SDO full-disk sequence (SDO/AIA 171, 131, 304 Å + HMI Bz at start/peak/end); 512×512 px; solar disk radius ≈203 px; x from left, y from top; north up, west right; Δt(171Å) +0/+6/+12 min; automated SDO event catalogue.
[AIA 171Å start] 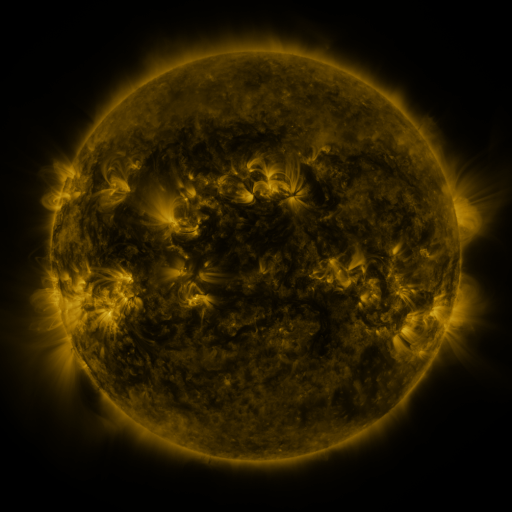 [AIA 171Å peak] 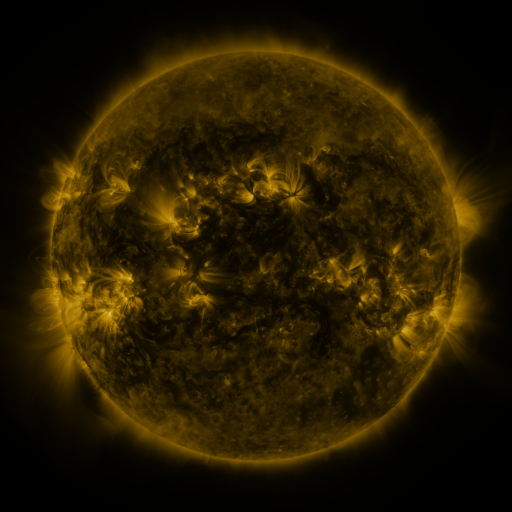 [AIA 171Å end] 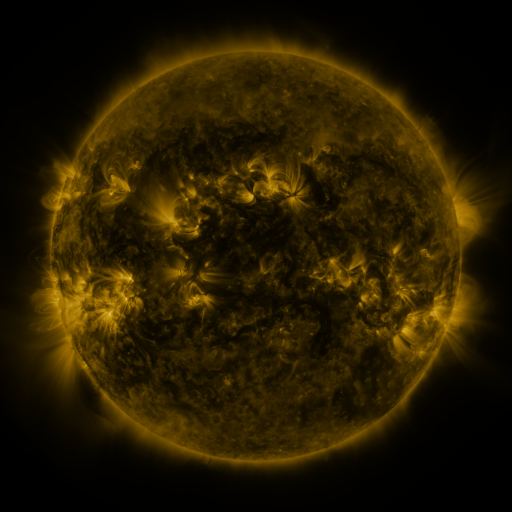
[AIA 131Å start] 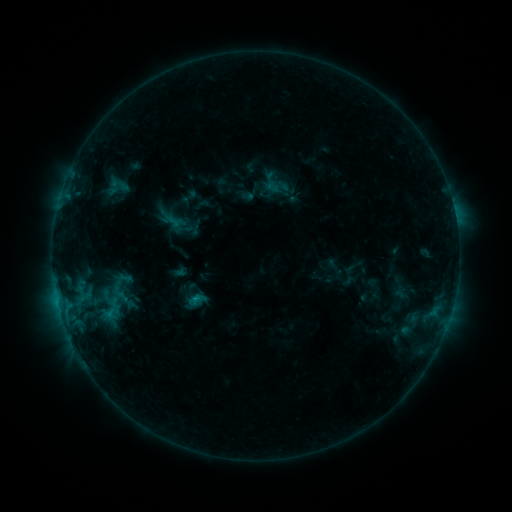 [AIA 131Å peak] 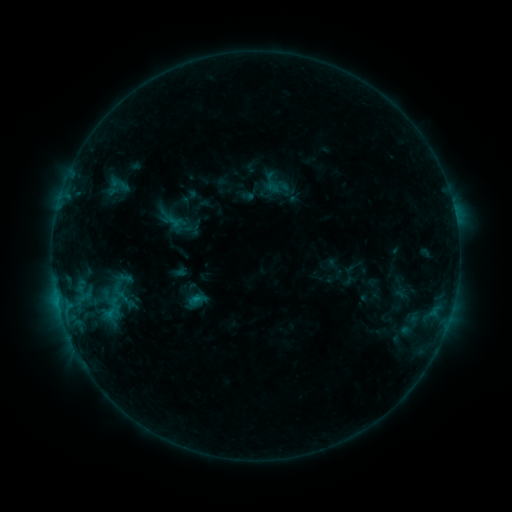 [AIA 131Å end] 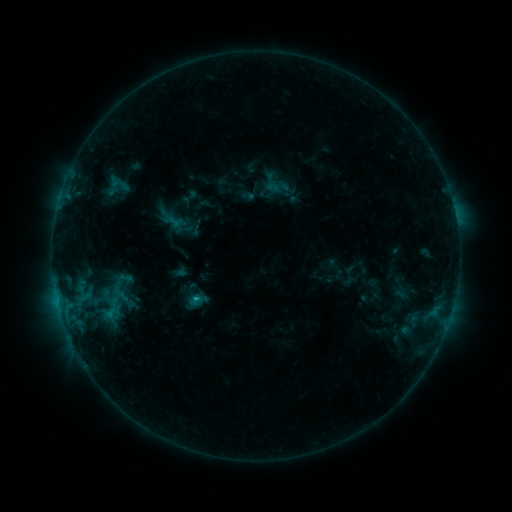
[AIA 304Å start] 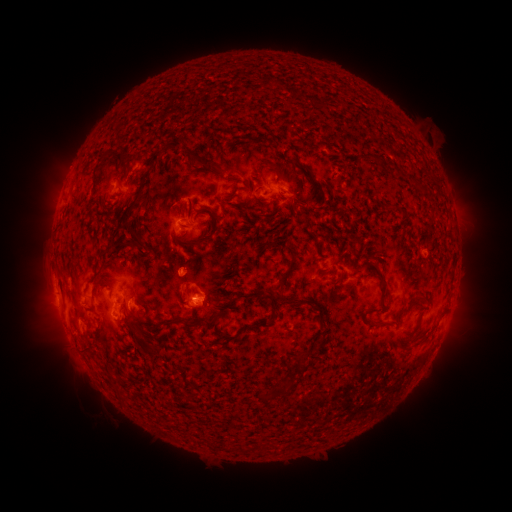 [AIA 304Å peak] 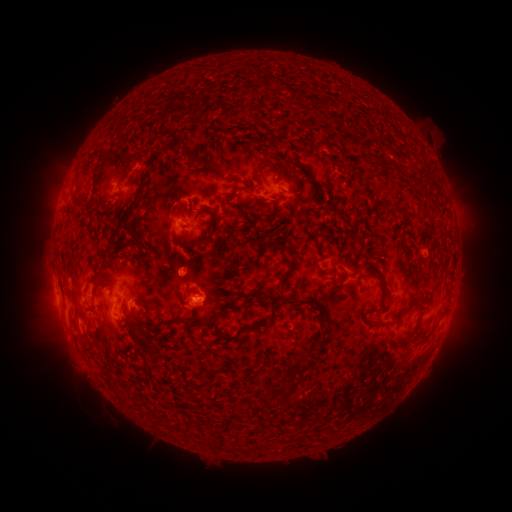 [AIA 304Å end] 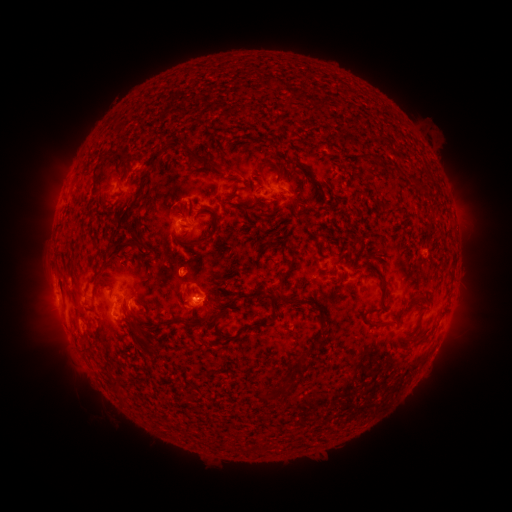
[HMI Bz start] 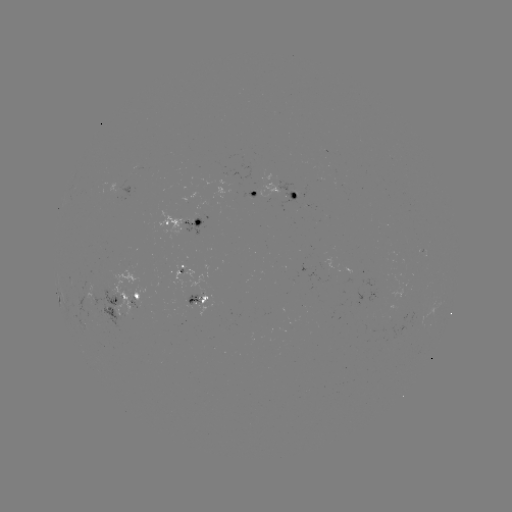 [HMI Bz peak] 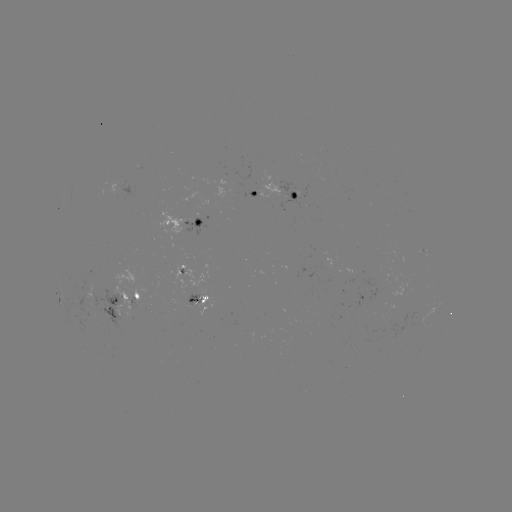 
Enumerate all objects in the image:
B8.3 flare: (198, 296)
